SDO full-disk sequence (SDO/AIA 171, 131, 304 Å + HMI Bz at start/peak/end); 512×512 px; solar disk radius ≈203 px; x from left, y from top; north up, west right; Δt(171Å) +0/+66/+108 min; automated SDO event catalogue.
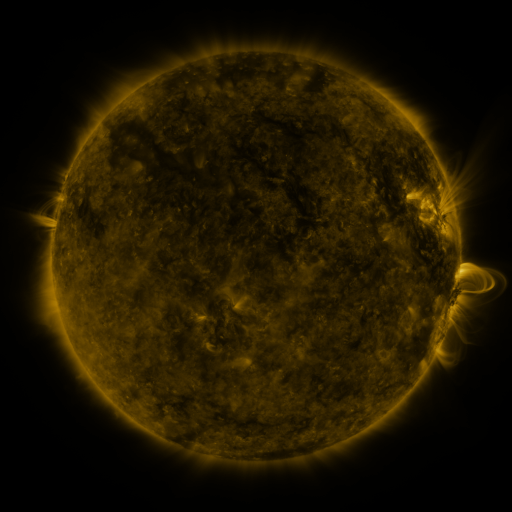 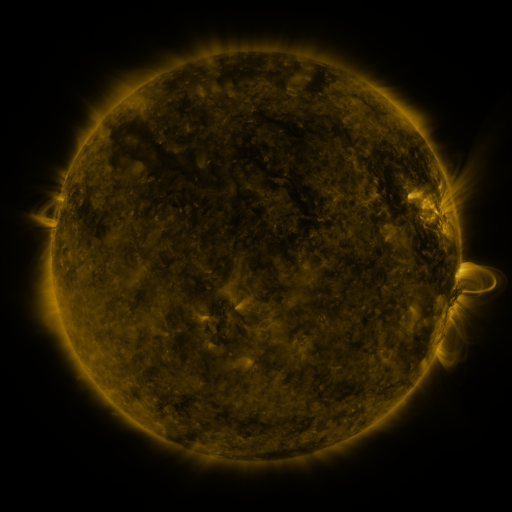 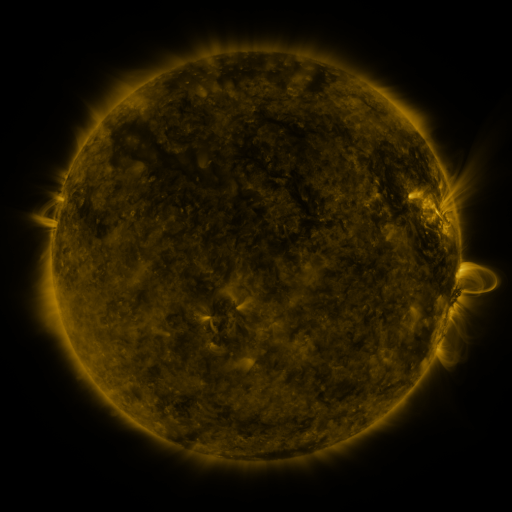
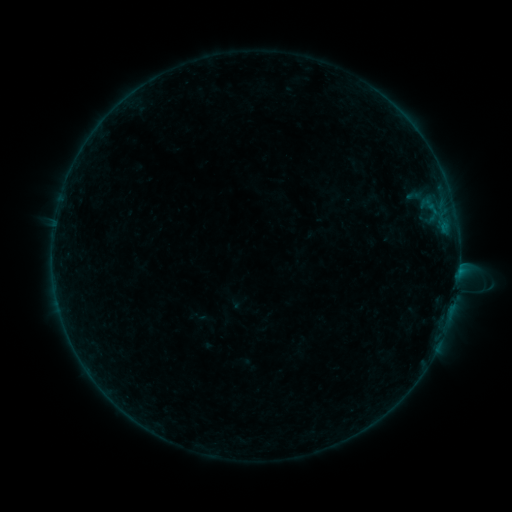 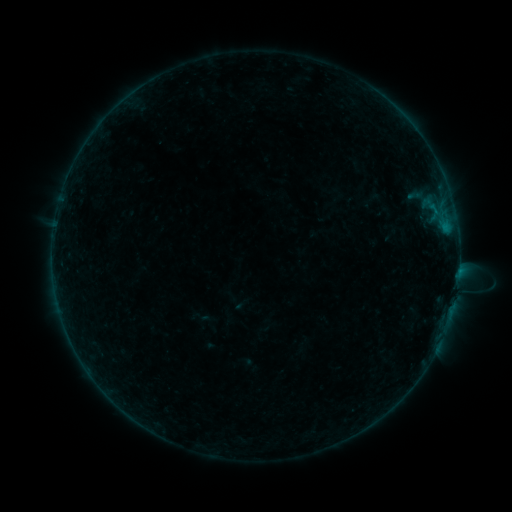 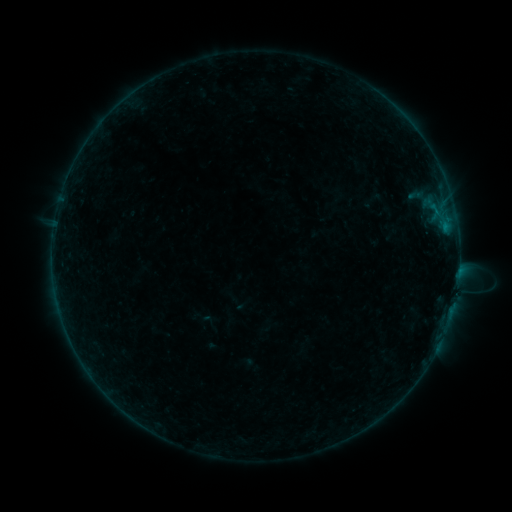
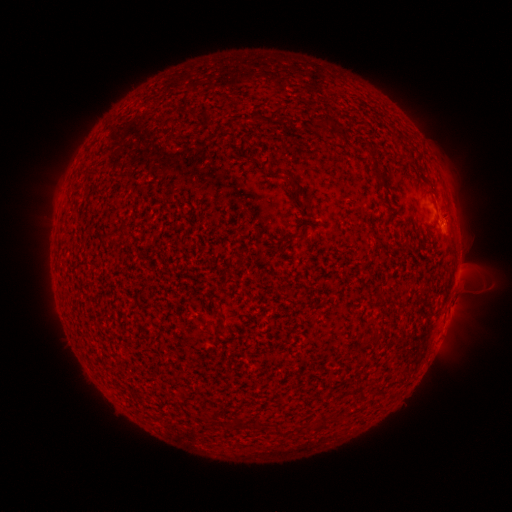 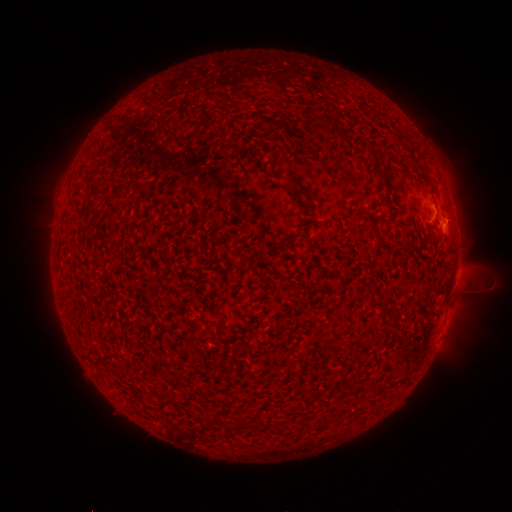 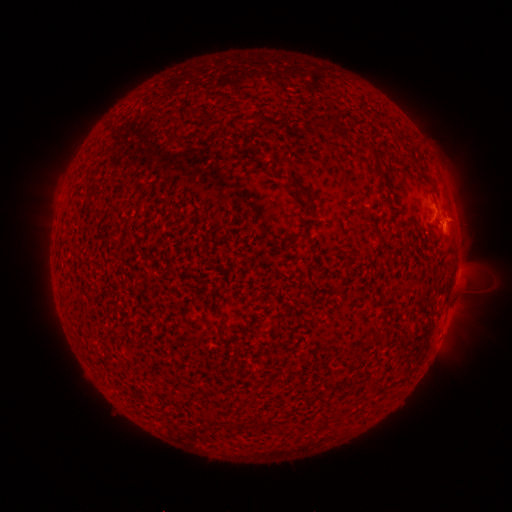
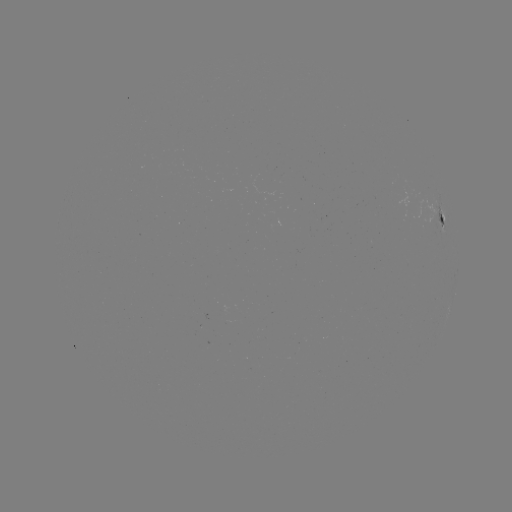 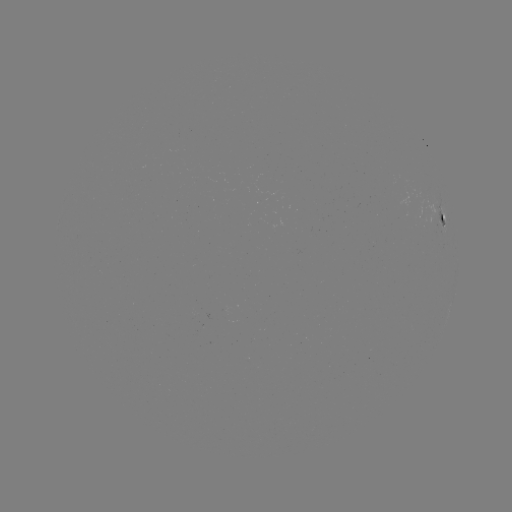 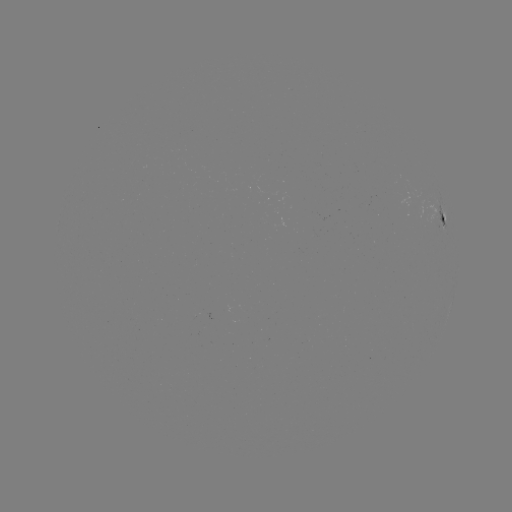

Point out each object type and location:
B4.6 flare: (445, 228)
